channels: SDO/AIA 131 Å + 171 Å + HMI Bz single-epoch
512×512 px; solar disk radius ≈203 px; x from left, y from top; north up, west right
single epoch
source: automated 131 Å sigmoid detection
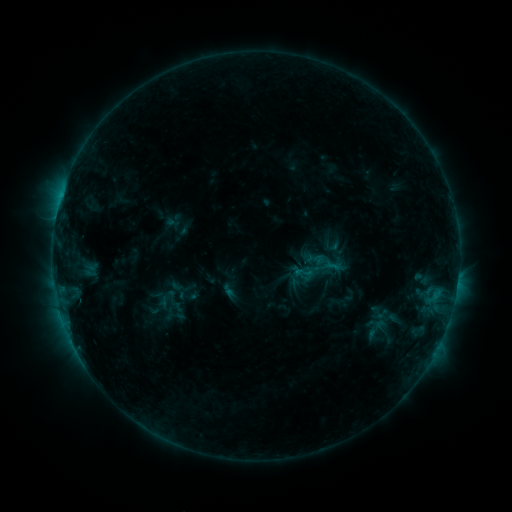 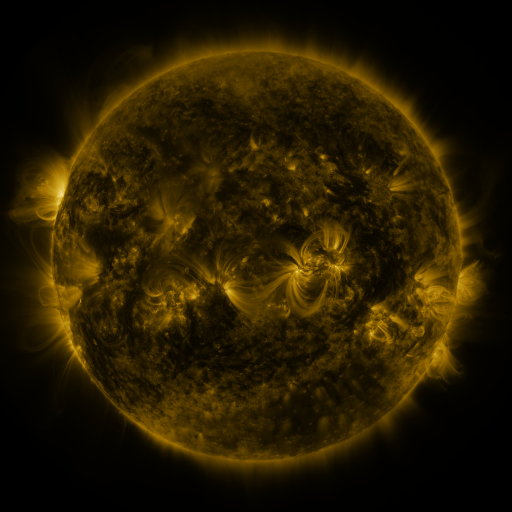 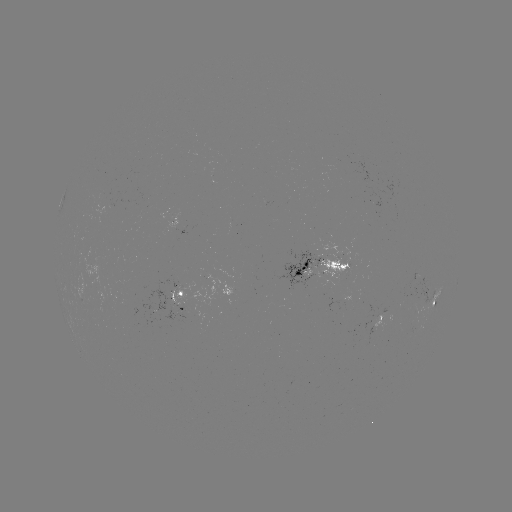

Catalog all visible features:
sigmoid: [294, 263, 312, 282]
